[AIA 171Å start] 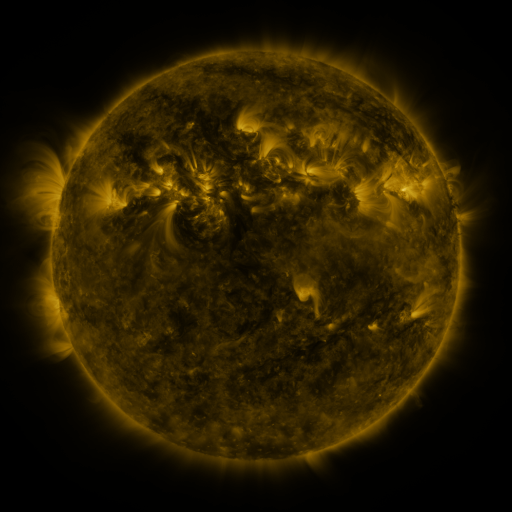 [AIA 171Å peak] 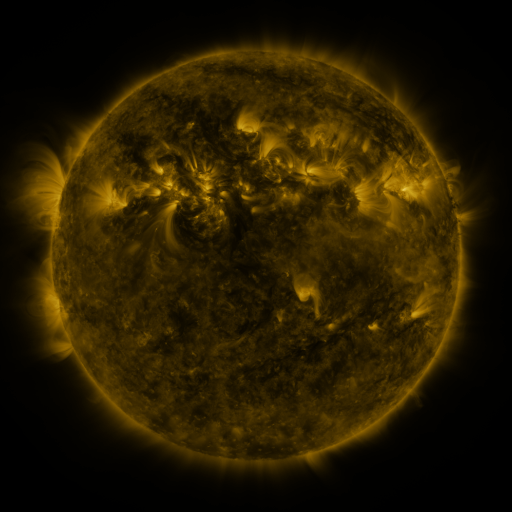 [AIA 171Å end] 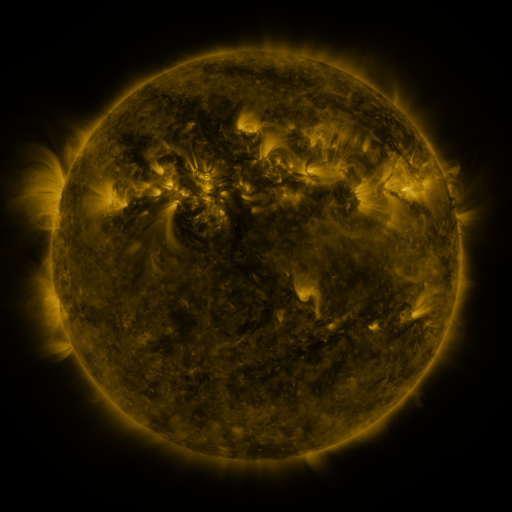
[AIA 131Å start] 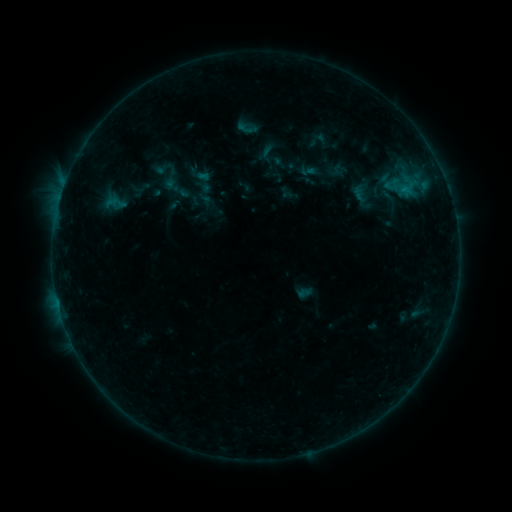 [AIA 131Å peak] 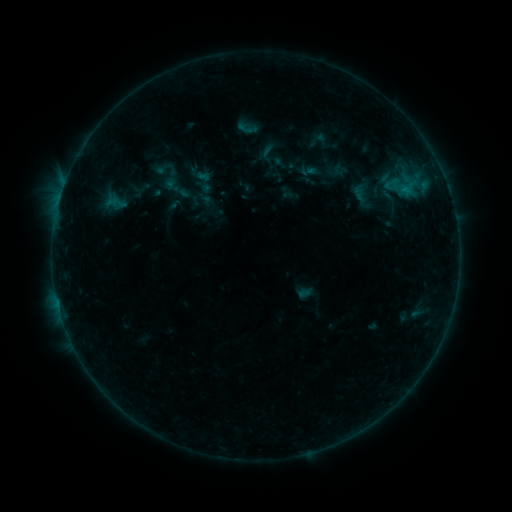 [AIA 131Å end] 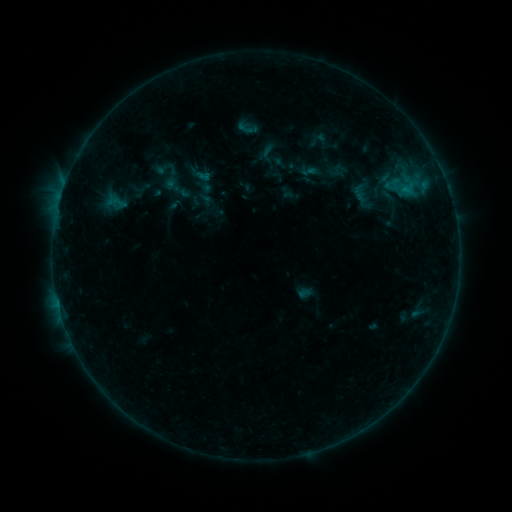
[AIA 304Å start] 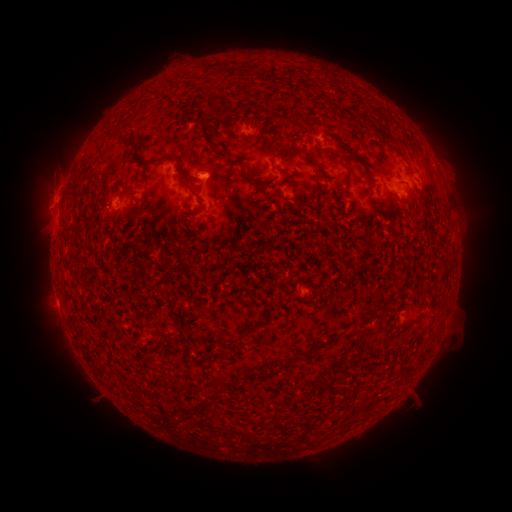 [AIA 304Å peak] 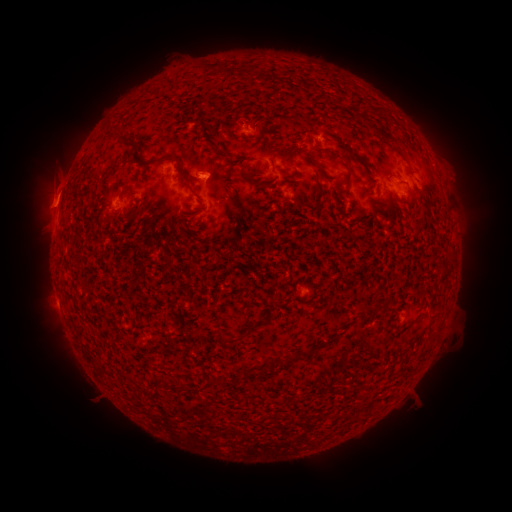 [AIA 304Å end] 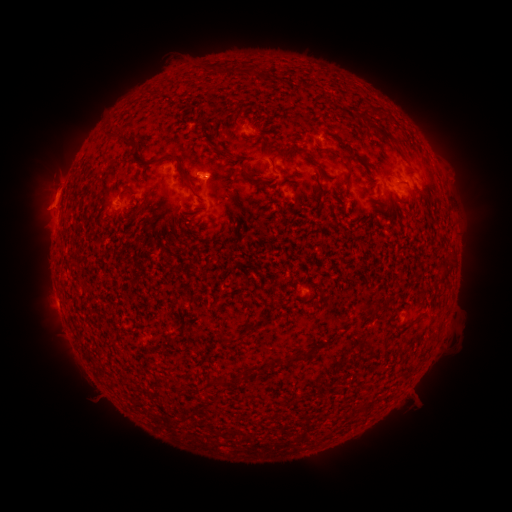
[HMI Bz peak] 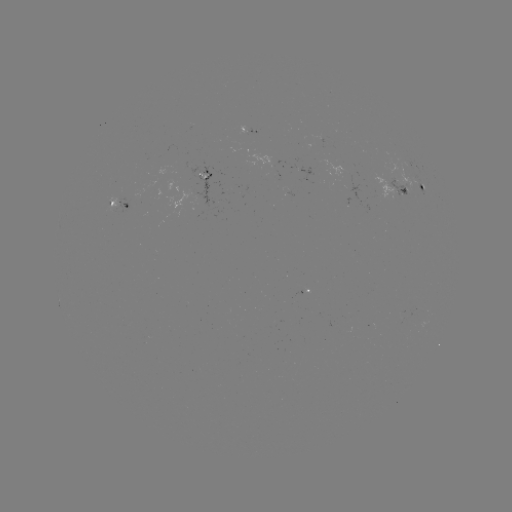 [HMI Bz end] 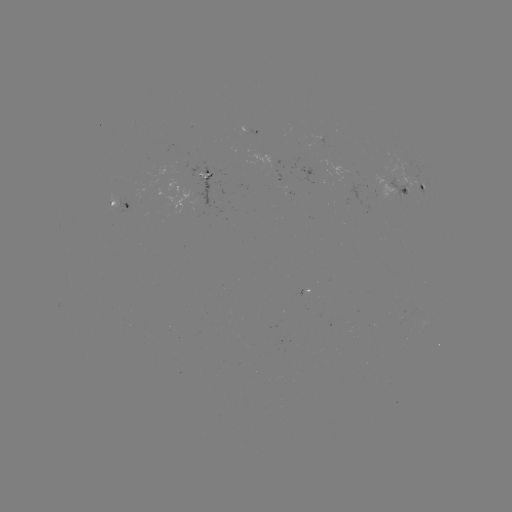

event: eruption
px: (50, 198)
